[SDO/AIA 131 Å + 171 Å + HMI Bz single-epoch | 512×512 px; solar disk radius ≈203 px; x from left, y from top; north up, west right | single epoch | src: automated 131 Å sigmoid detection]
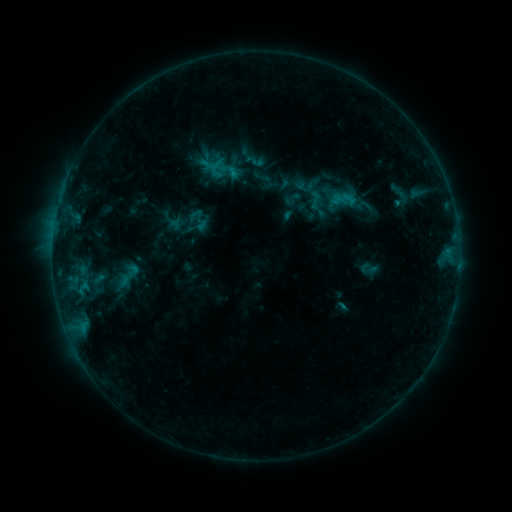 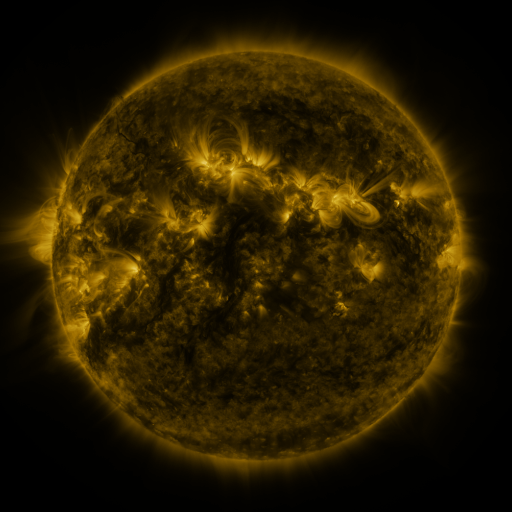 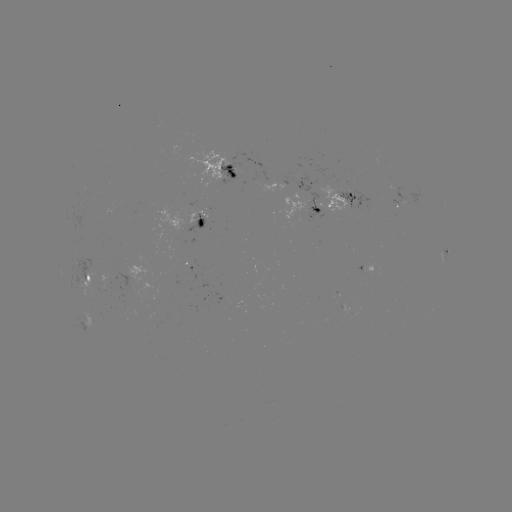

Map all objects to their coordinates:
sigmoid: (255, 160)
sigmoid: (316, 201)
sigmoid: (198, 220)
